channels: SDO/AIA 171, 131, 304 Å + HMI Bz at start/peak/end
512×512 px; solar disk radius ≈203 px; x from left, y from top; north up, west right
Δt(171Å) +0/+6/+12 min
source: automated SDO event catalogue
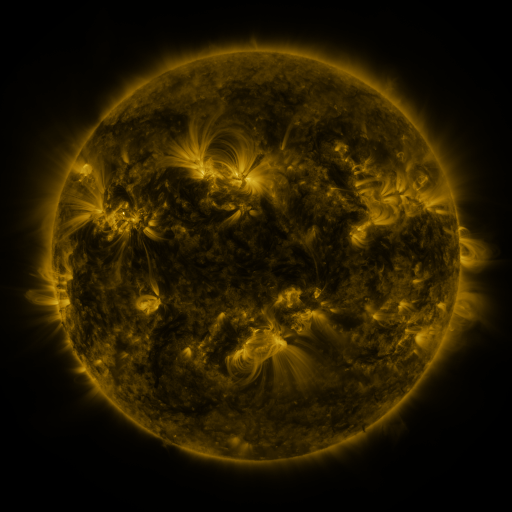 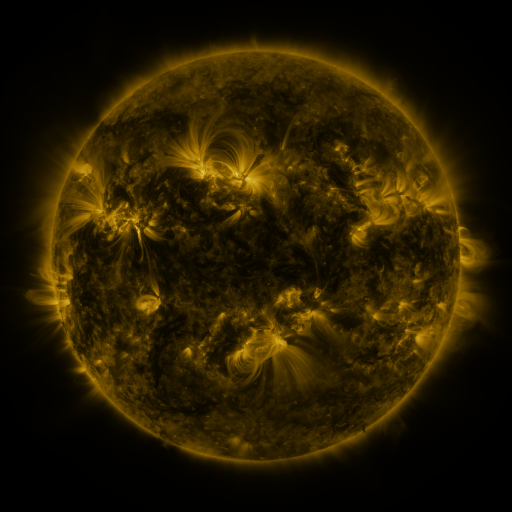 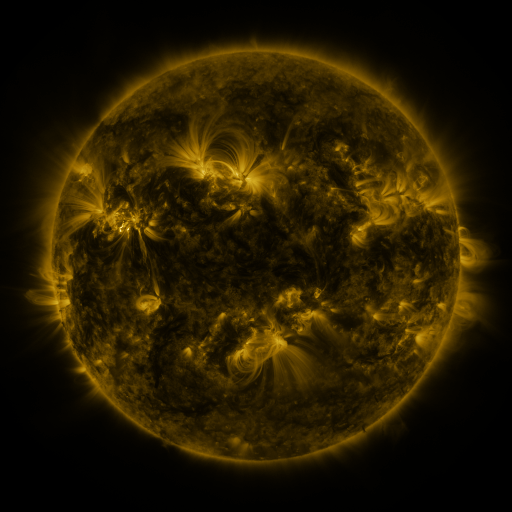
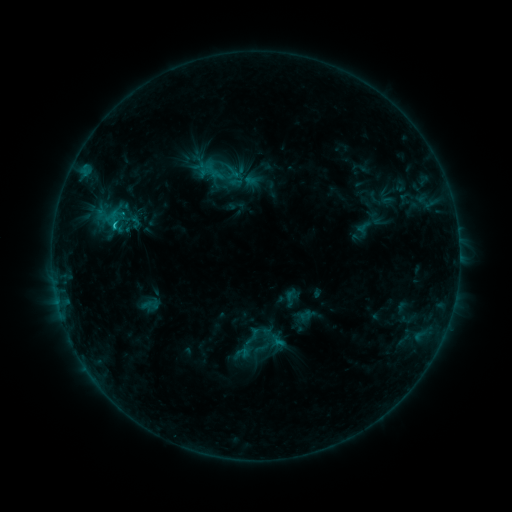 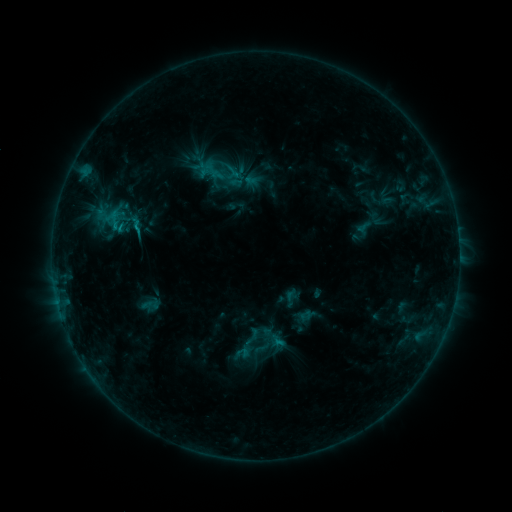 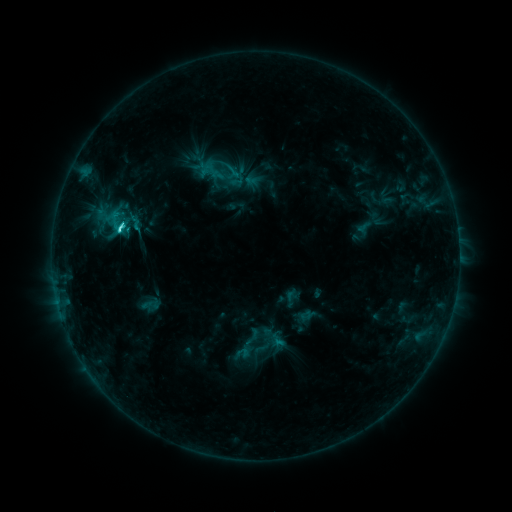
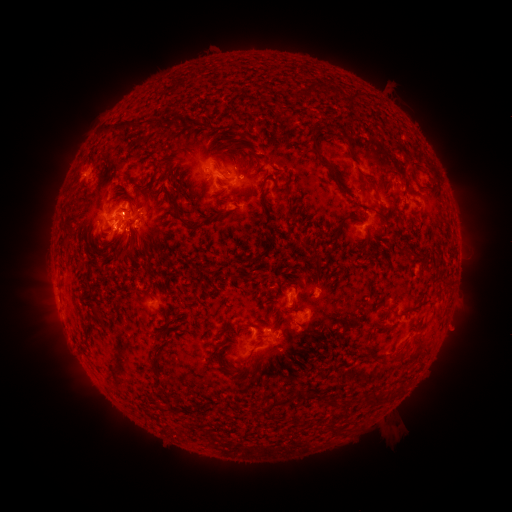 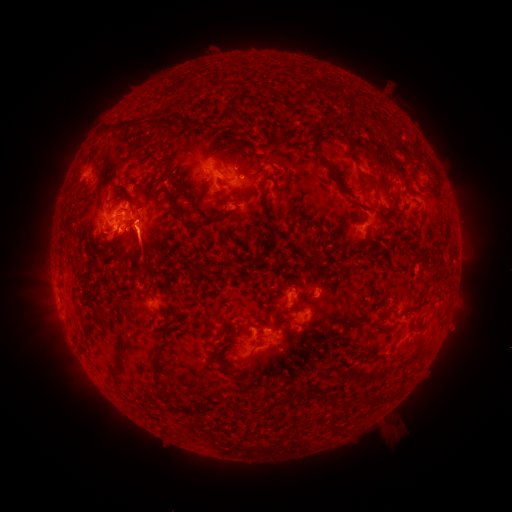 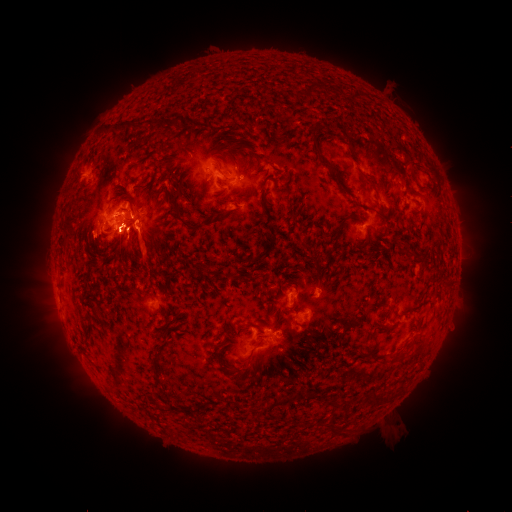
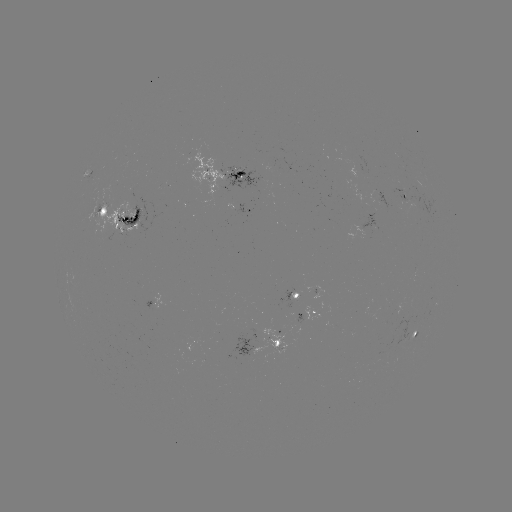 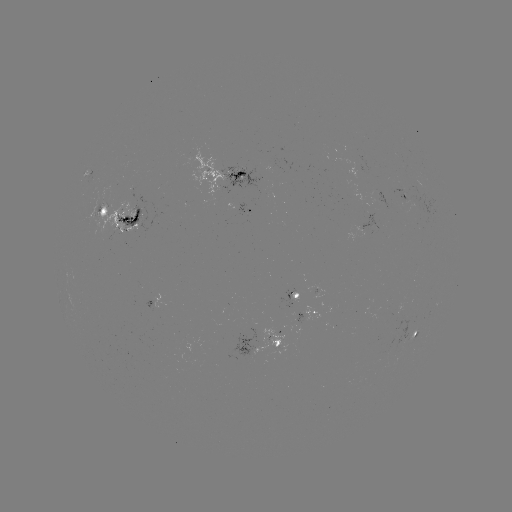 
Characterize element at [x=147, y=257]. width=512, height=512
eruption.